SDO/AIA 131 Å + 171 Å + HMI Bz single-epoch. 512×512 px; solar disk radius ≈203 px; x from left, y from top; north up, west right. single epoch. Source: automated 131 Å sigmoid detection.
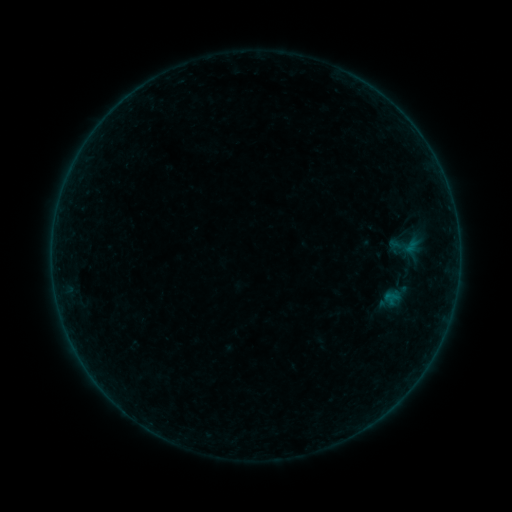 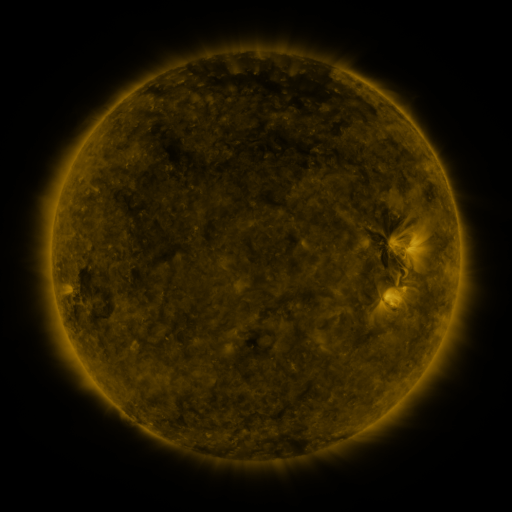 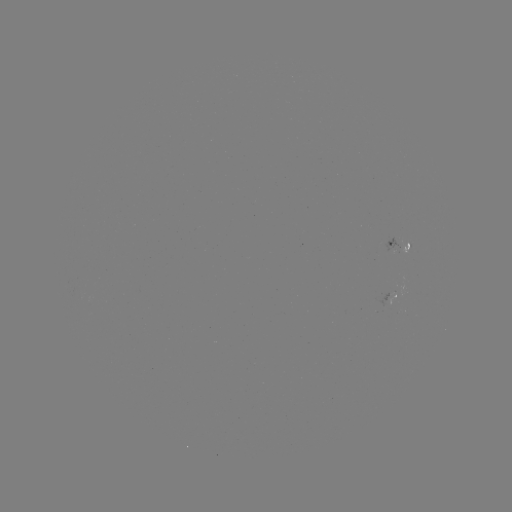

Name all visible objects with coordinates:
sigmoid: (407, 246)
